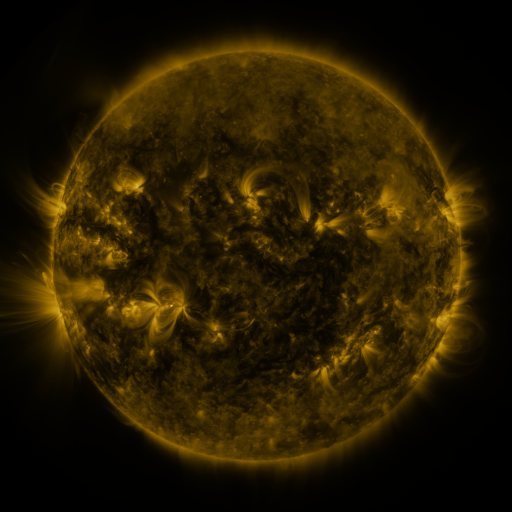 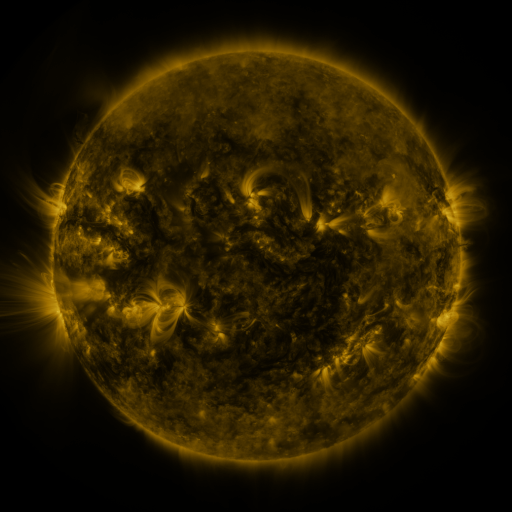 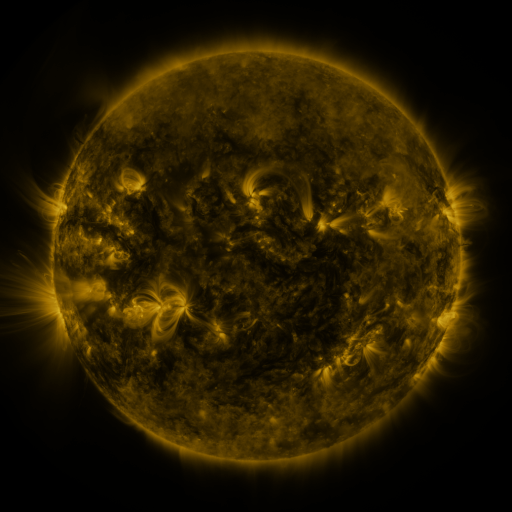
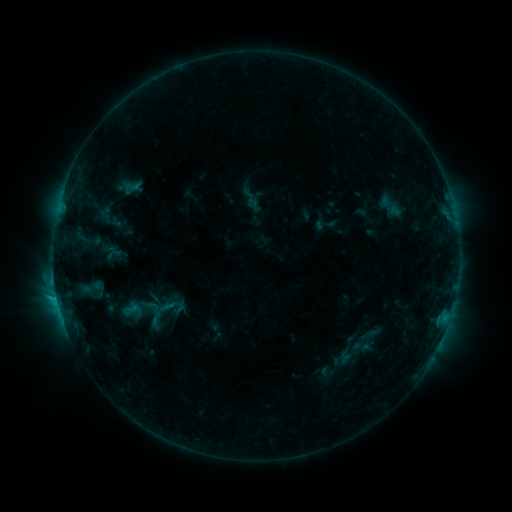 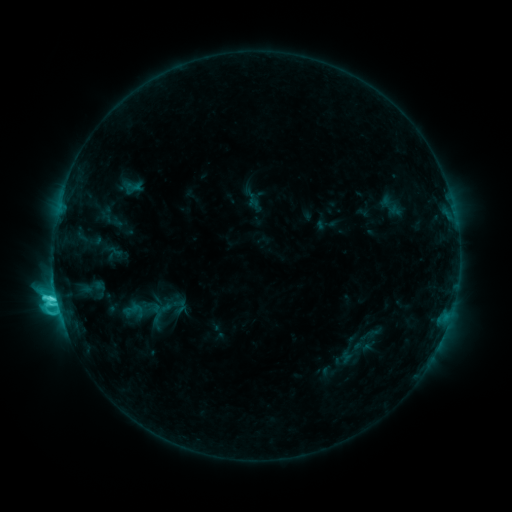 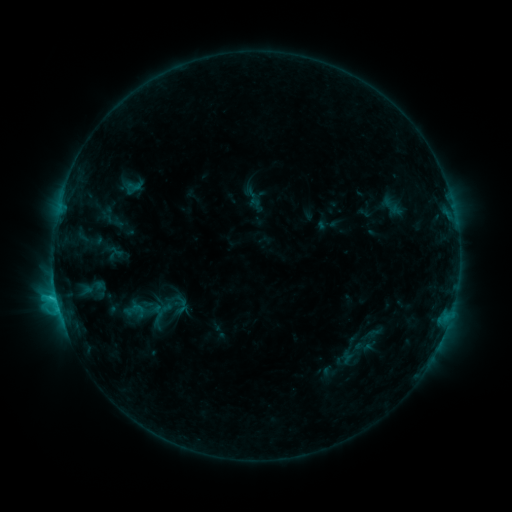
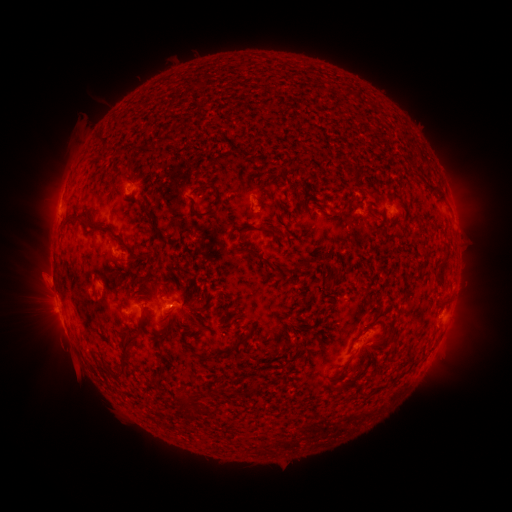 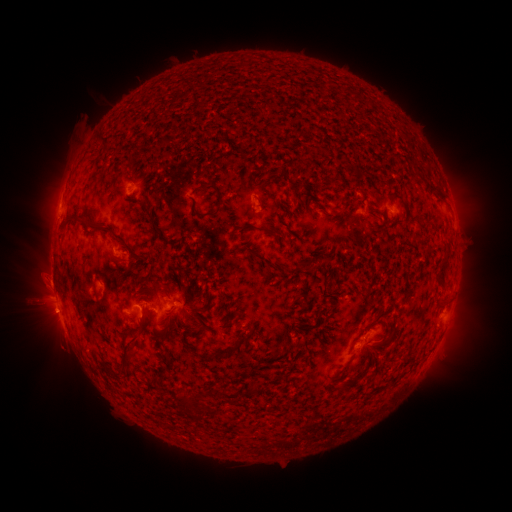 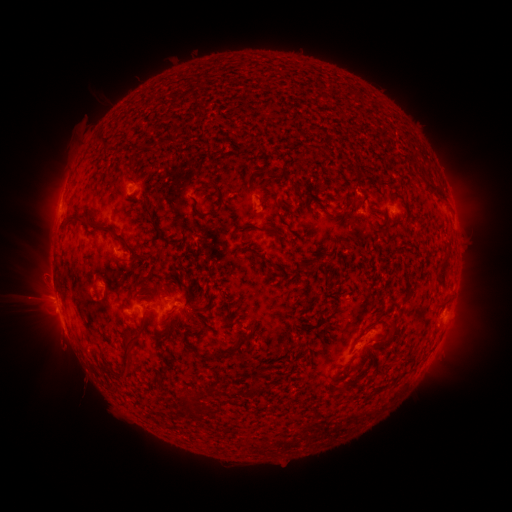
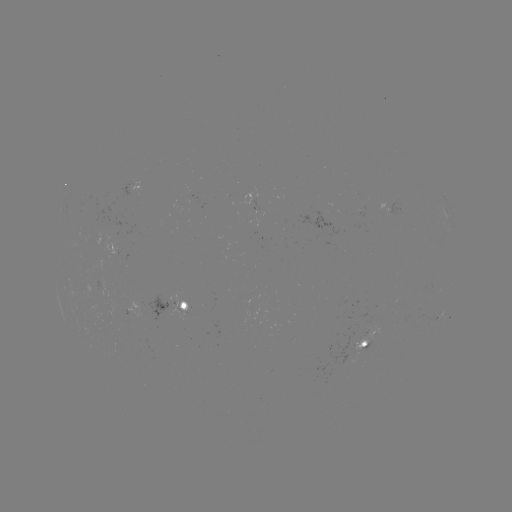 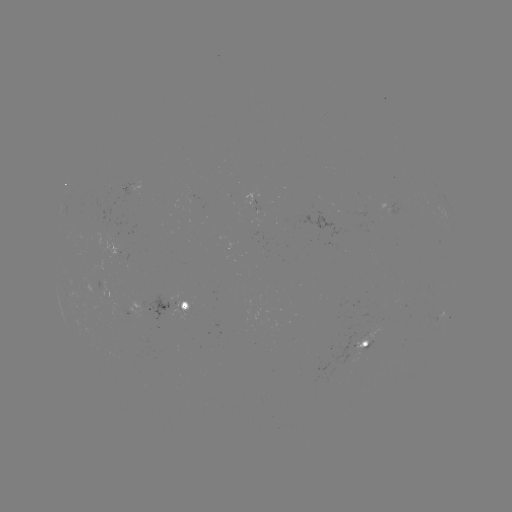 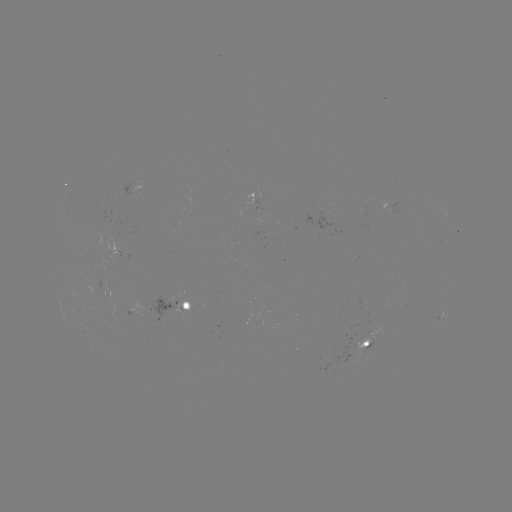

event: flare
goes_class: C6.4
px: (56, 295)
